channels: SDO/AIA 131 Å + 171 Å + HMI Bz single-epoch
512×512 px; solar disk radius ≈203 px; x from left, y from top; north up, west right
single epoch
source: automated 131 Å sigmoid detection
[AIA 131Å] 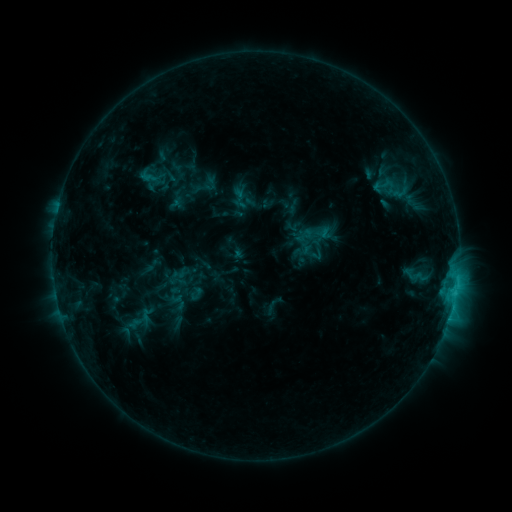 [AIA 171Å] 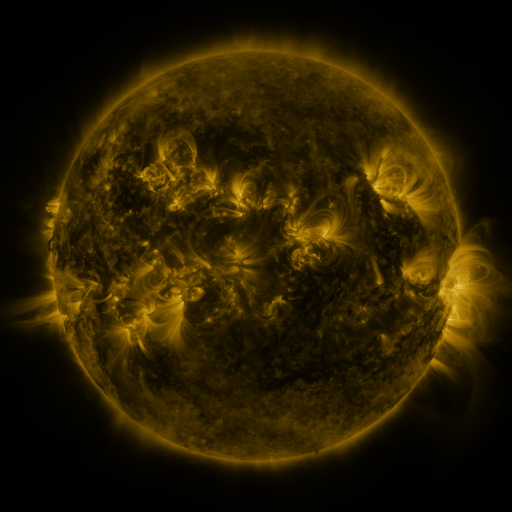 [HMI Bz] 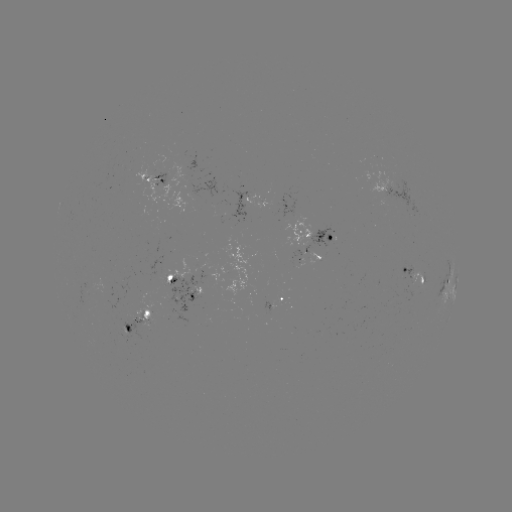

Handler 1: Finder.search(sigmoid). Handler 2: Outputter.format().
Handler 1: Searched sigmoid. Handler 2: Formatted (318, 253).